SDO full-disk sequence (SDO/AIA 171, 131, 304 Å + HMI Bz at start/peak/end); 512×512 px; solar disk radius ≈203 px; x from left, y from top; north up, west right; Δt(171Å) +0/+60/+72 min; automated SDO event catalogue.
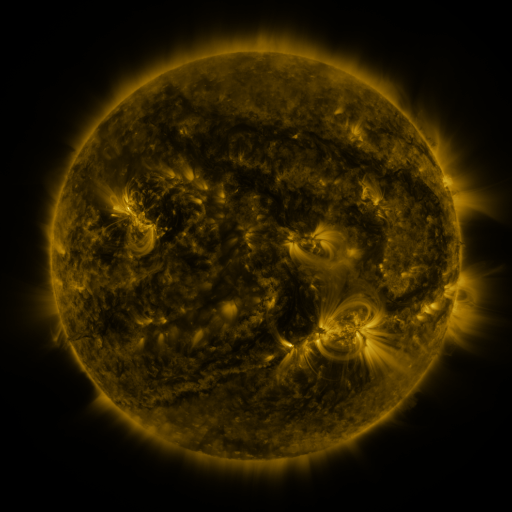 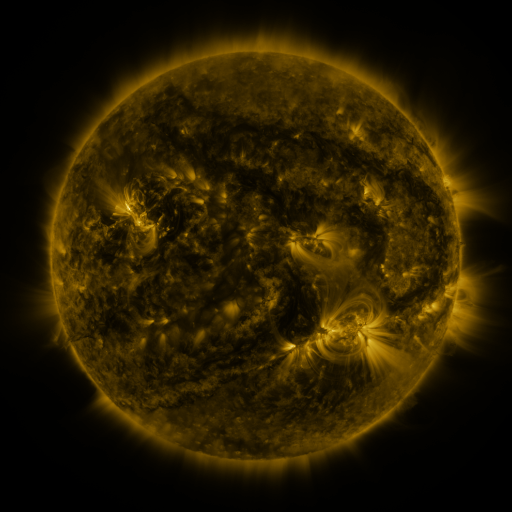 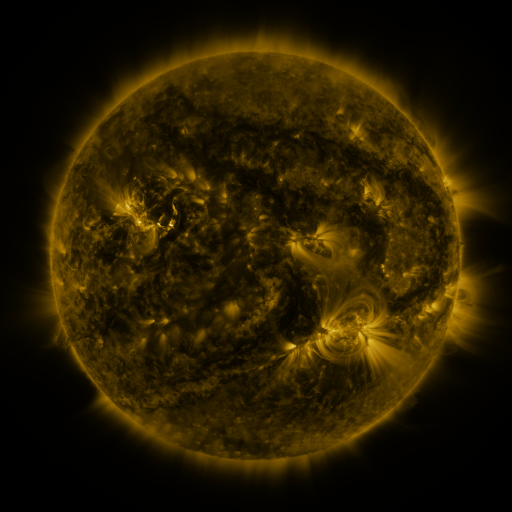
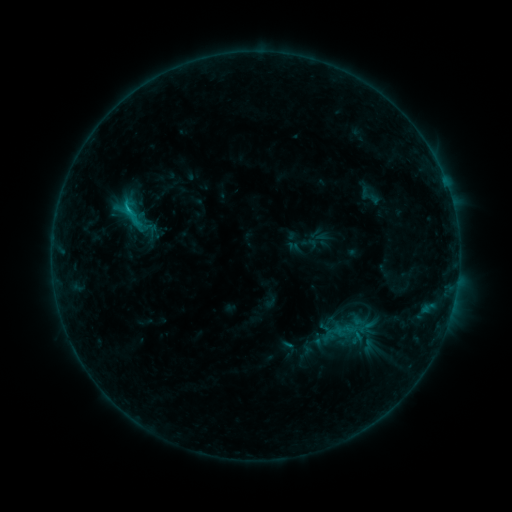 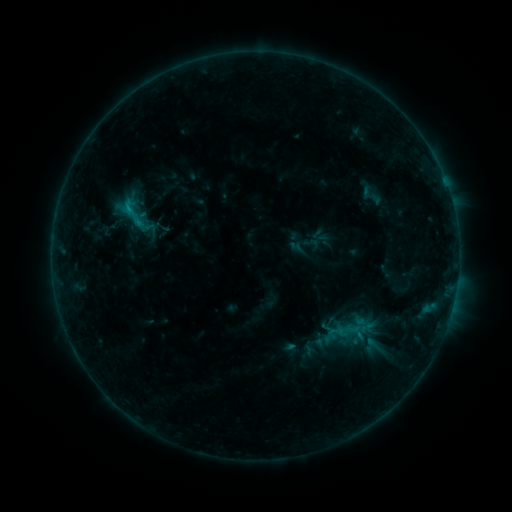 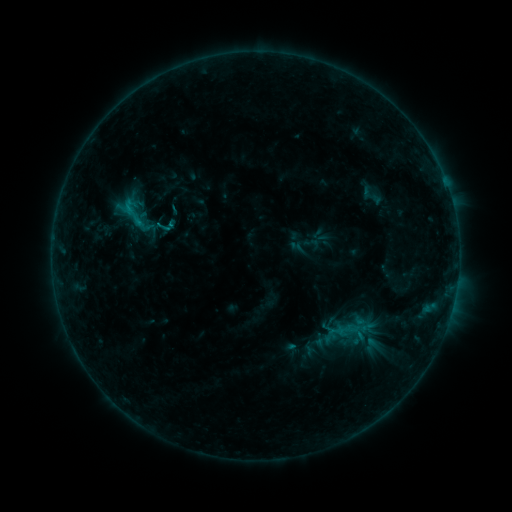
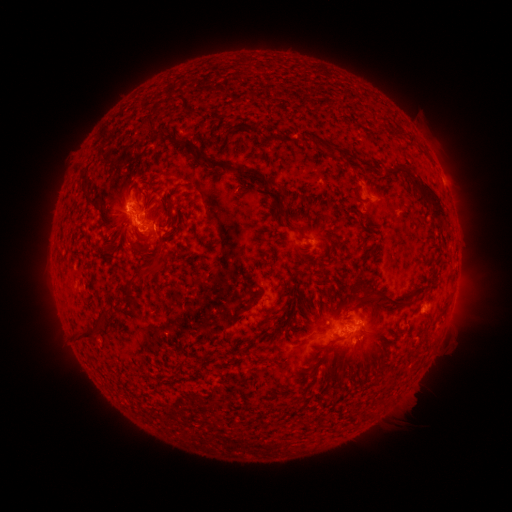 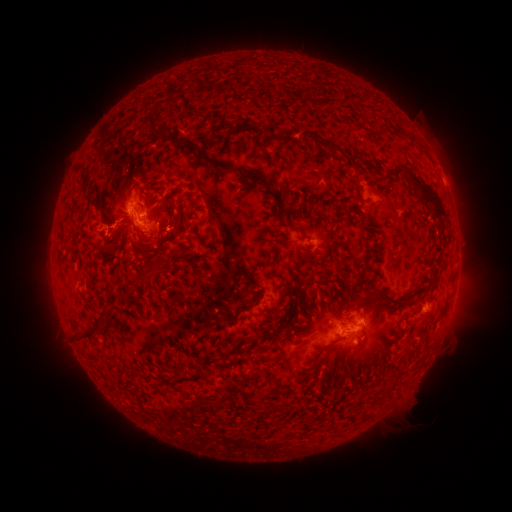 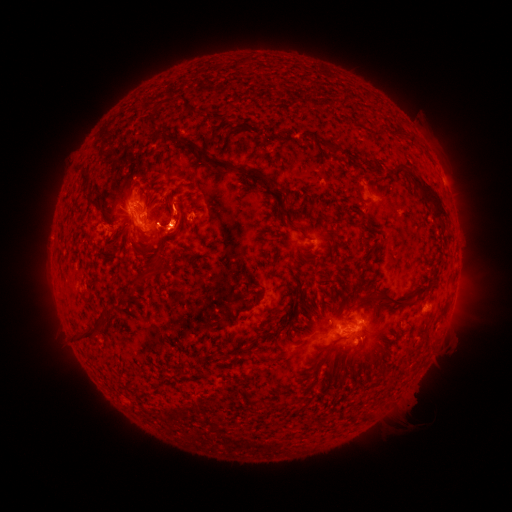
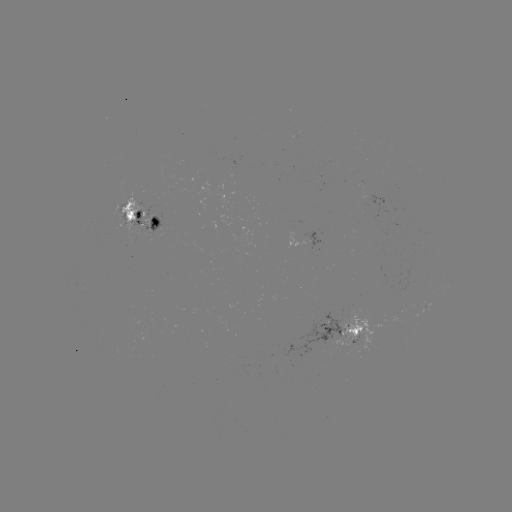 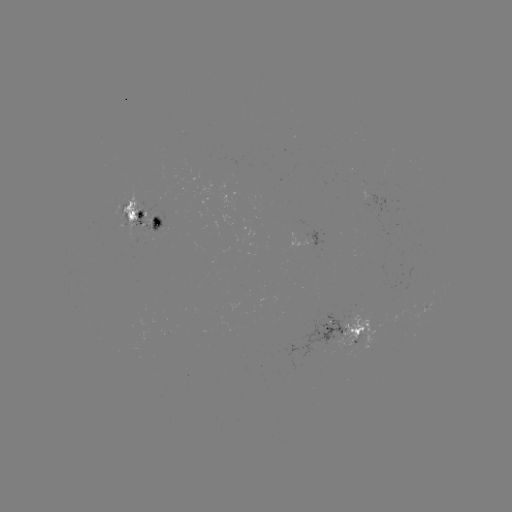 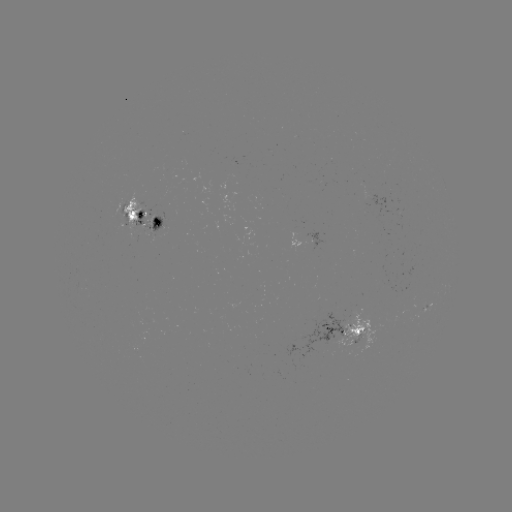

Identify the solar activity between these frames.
emerging-flux region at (352, 333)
